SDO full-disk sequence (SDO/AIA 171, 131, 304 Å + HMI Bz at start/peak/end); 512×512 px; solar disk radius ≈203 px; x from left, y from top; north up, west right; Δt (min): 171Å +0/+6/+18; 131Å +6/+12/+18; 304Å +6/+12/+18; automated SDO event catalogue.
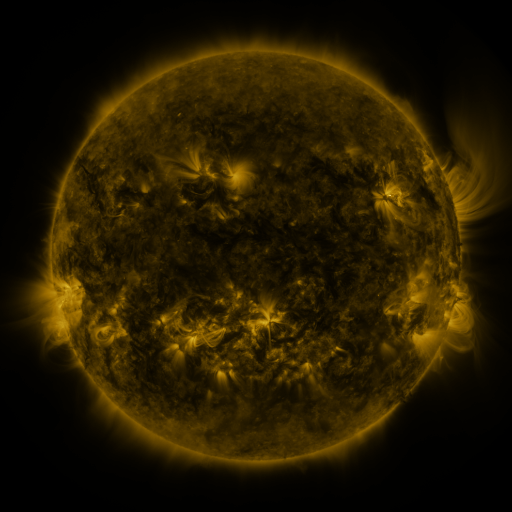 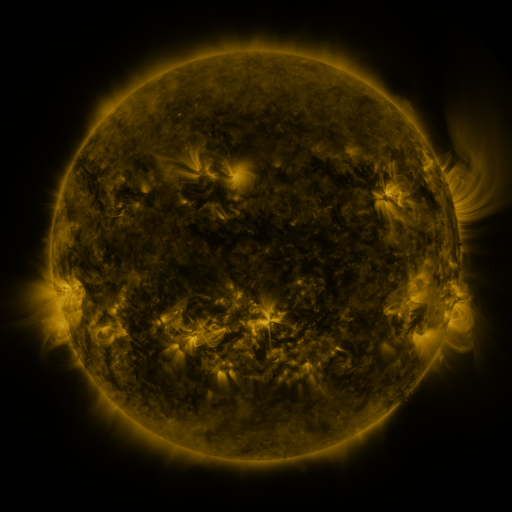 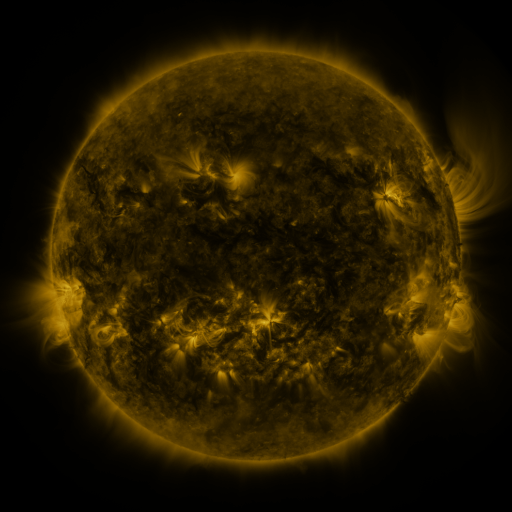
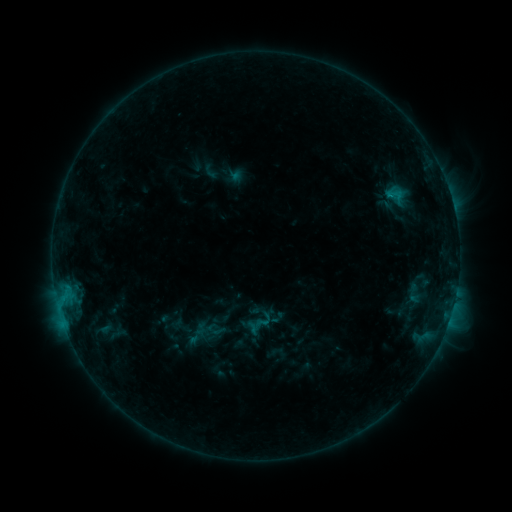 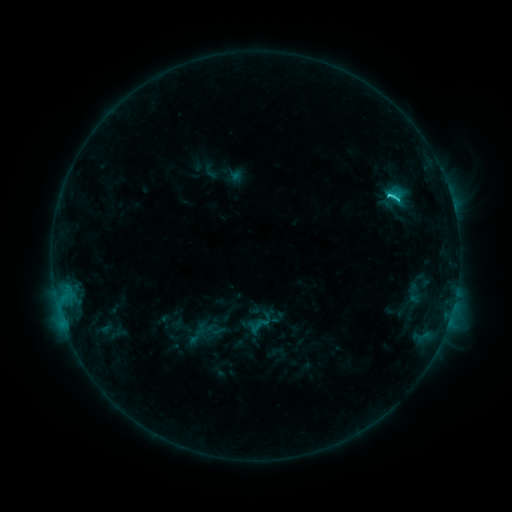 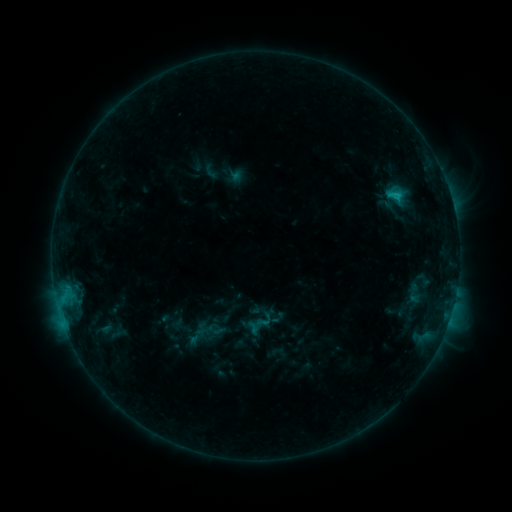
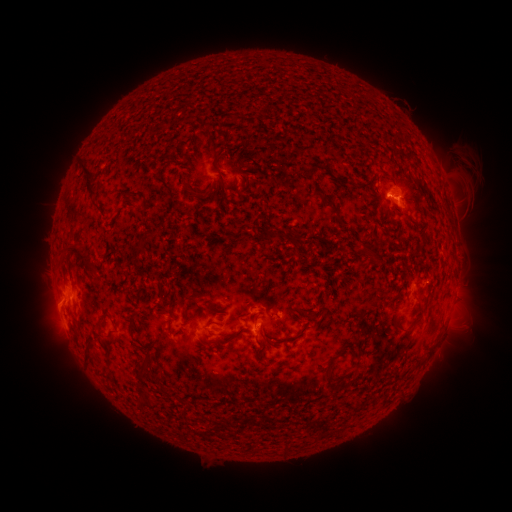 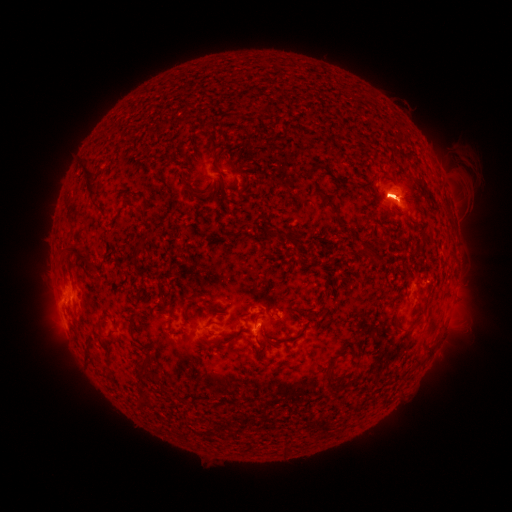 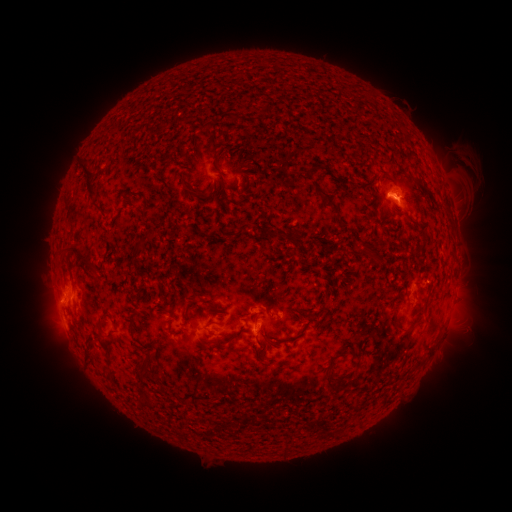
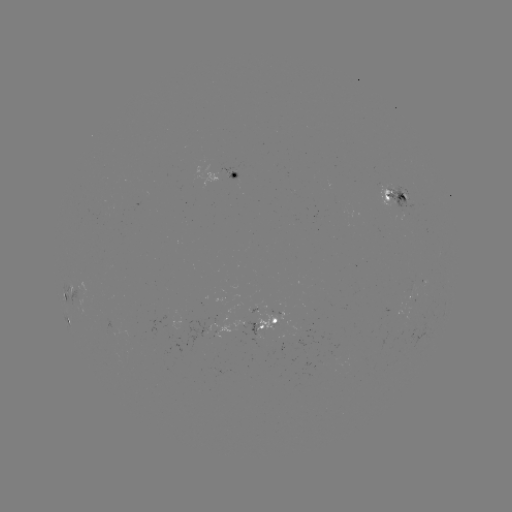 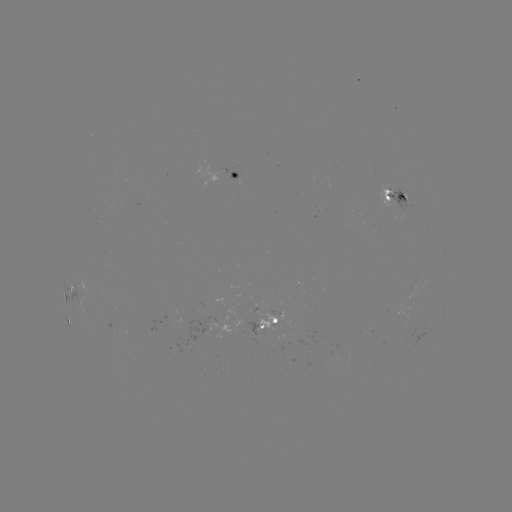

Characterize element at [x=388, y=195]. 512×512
C1.9 flare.